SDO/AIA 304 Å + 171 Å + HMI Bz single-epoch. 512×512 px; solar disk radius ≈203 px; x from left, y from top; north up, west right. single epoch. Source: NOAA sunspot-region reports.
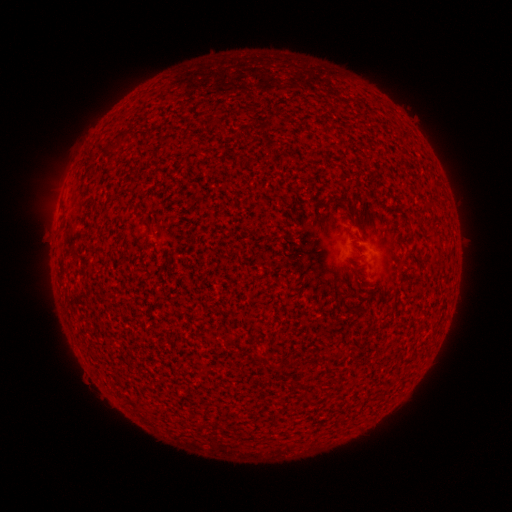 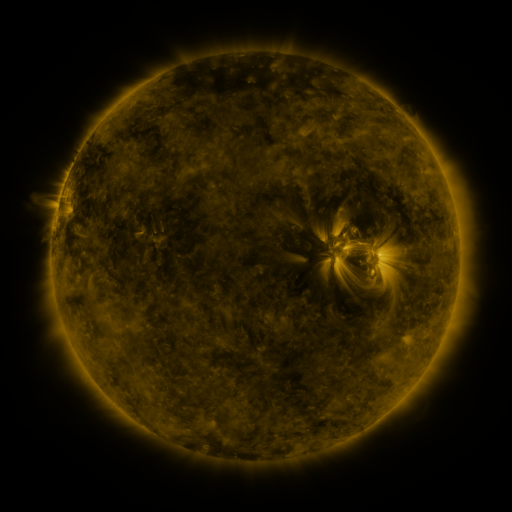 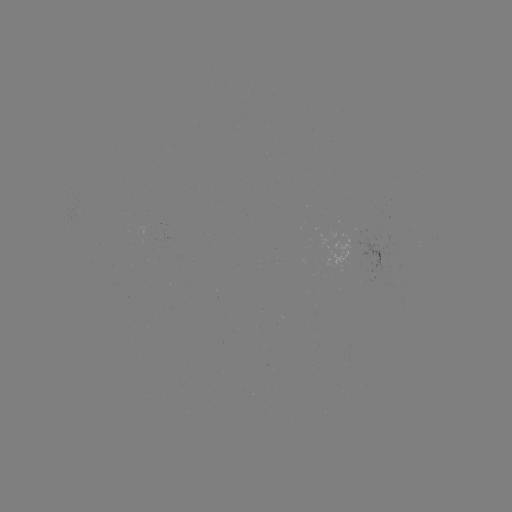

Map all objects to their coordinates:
(none)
